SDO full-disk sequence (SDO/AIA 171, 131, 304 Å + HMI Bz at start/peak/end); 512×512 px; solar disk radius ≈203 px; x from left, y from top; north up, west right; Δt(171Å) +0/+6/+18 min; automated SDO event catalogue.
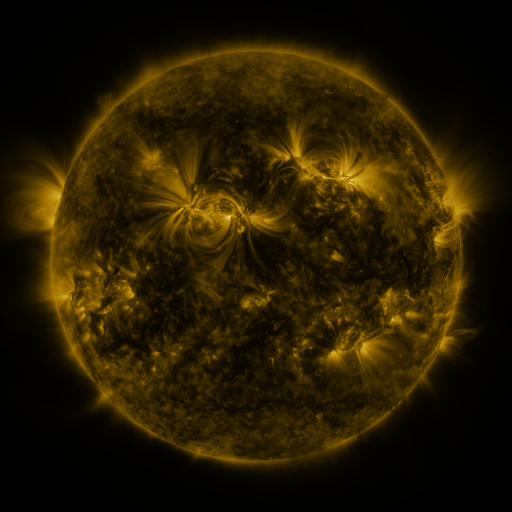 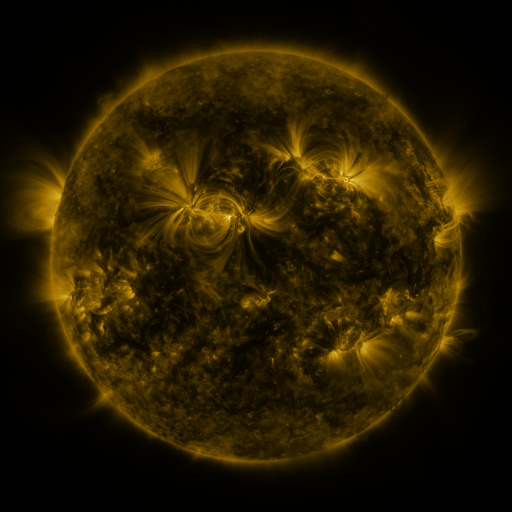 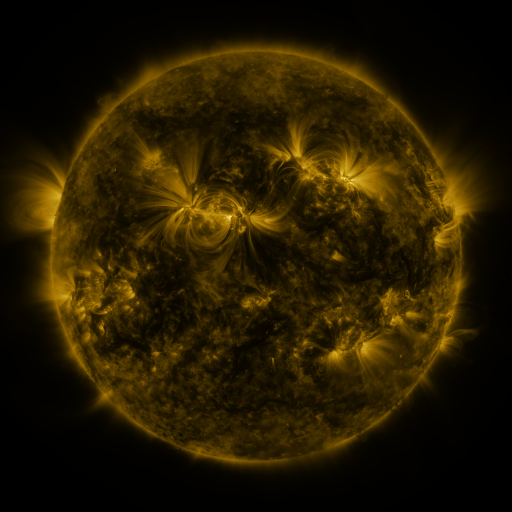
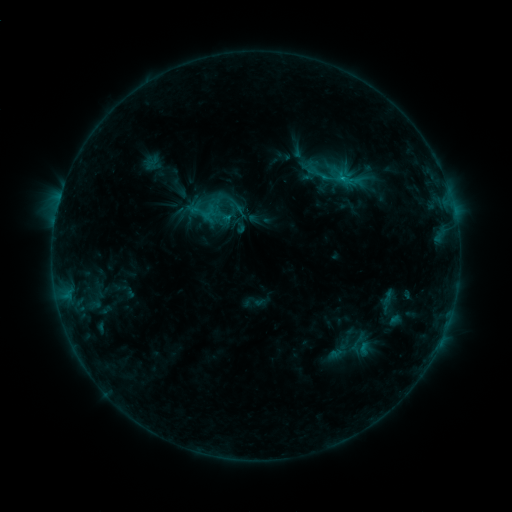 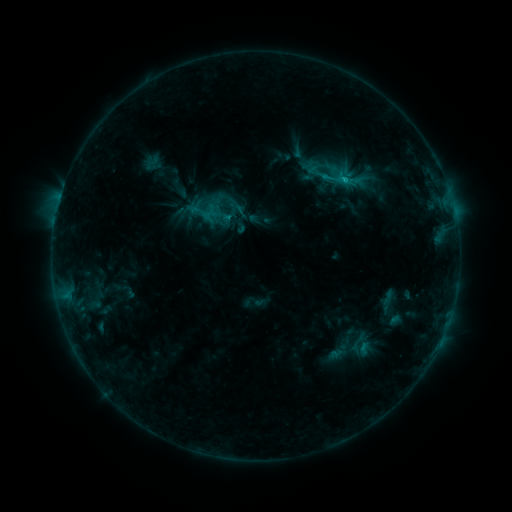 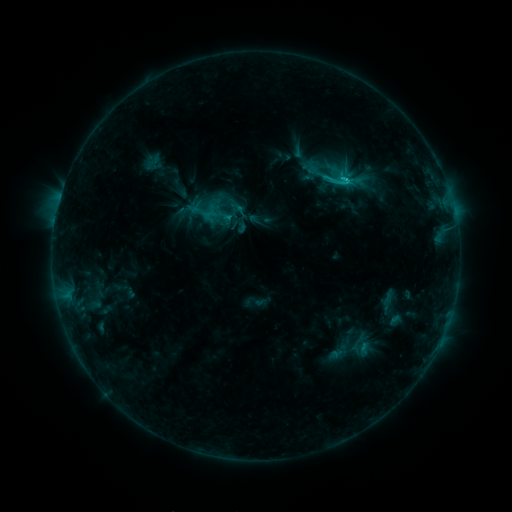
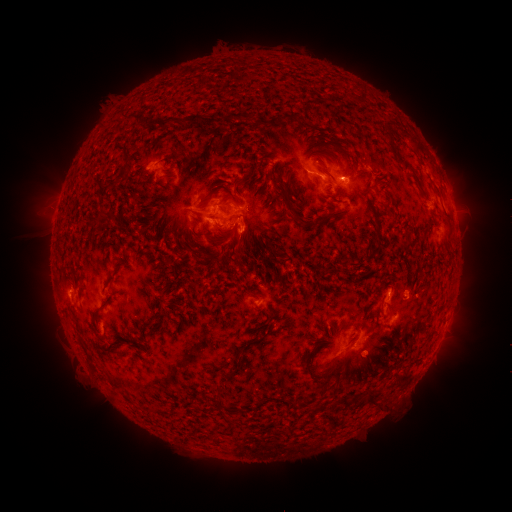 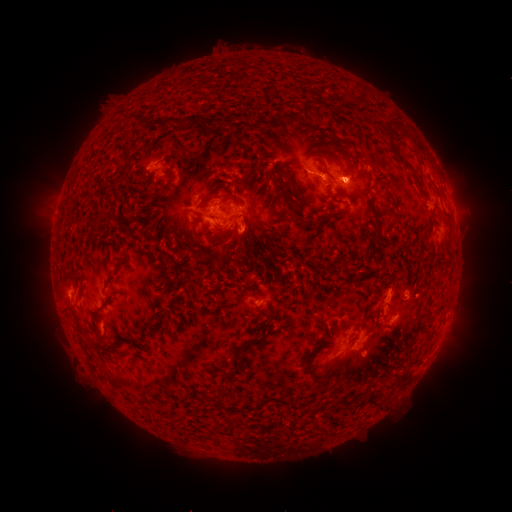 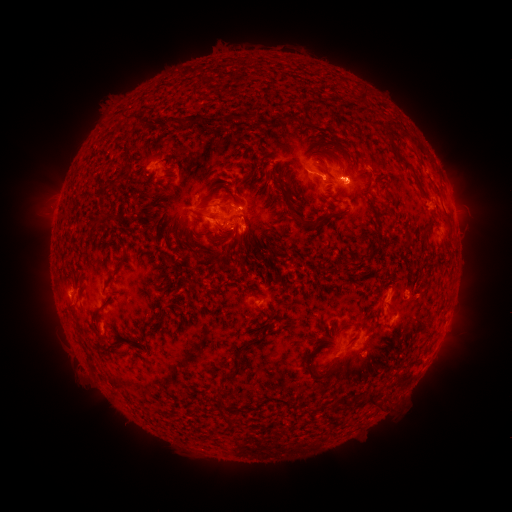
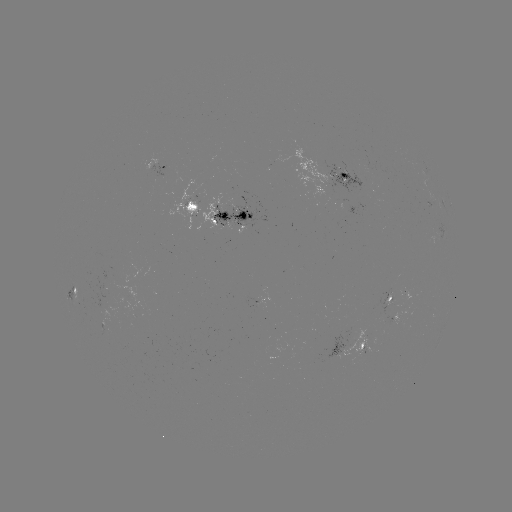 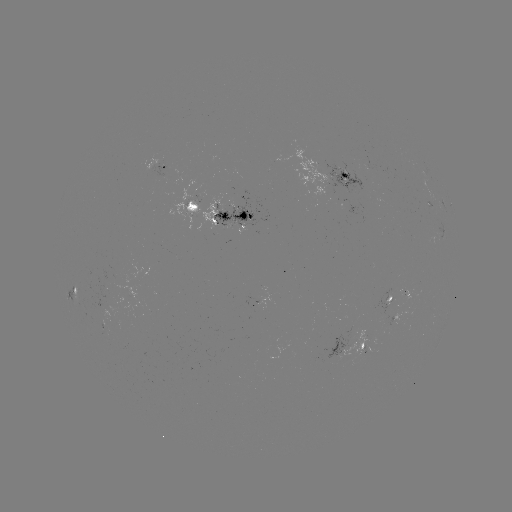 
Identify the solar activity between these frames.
eruption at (352, 177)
